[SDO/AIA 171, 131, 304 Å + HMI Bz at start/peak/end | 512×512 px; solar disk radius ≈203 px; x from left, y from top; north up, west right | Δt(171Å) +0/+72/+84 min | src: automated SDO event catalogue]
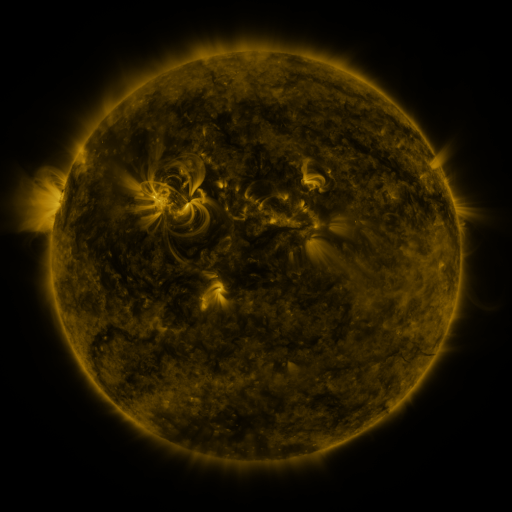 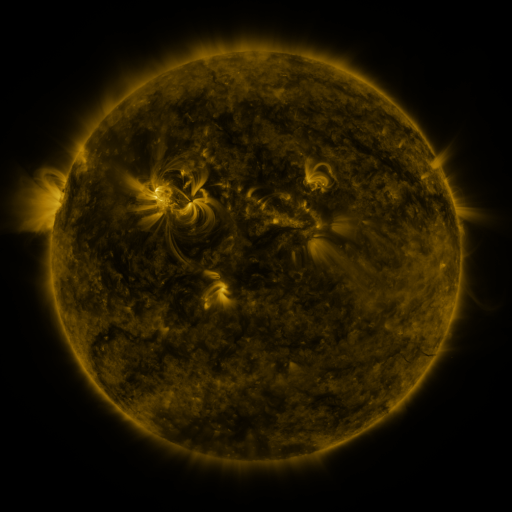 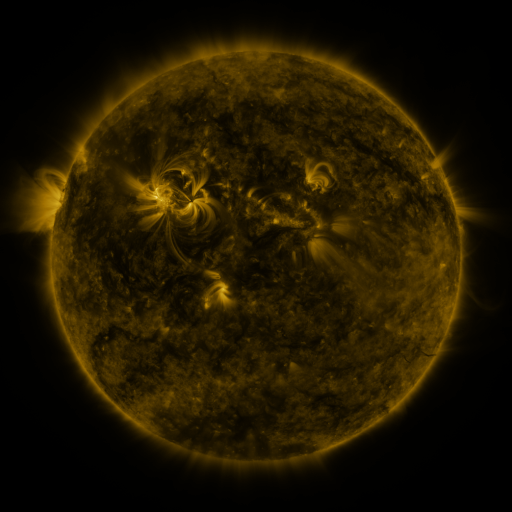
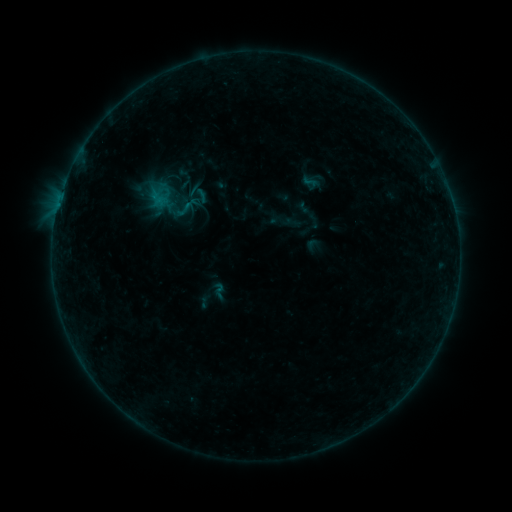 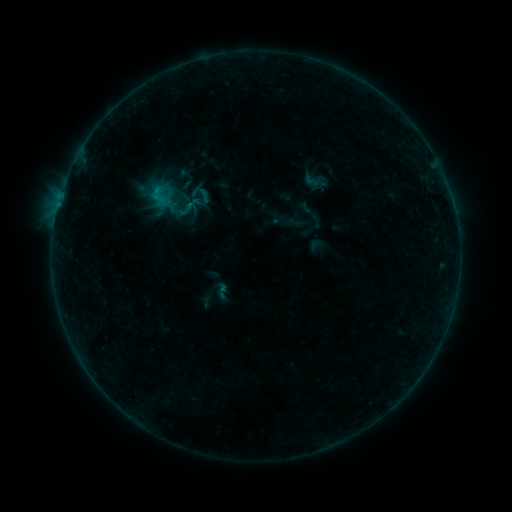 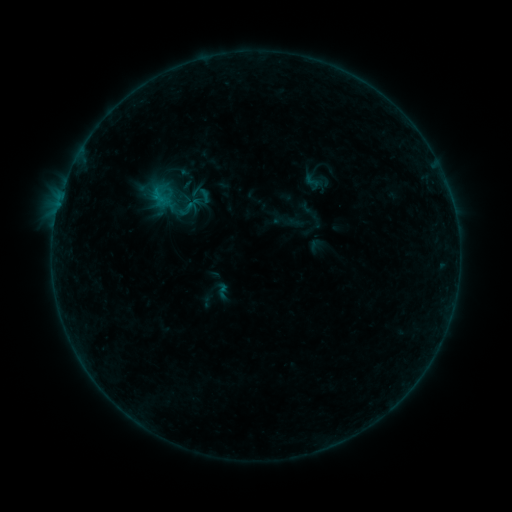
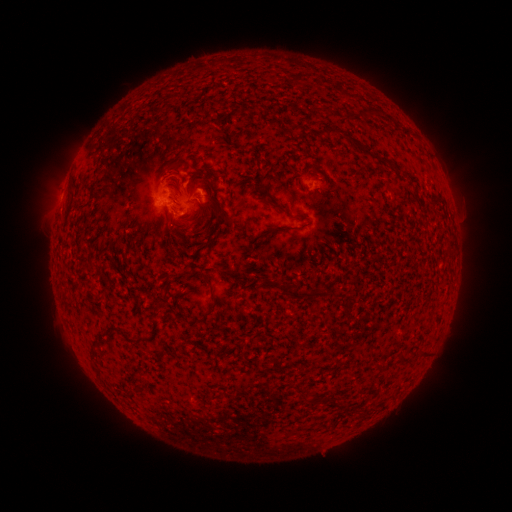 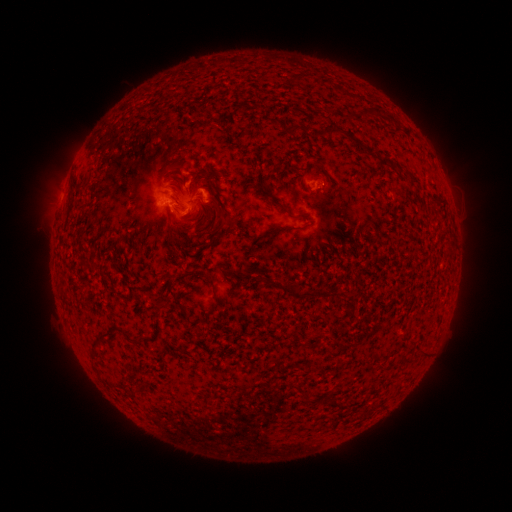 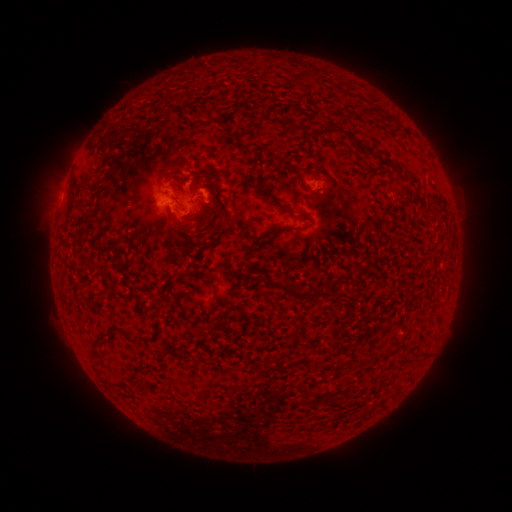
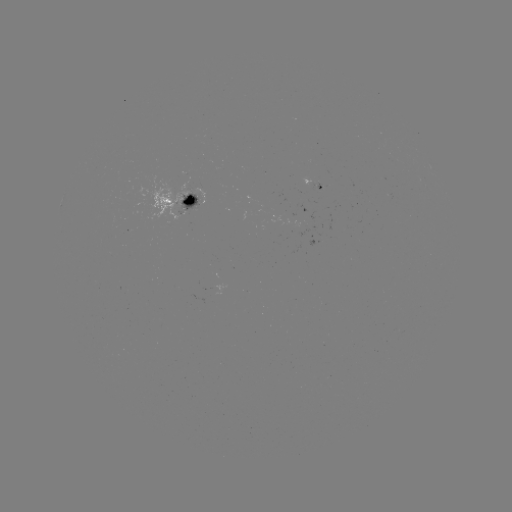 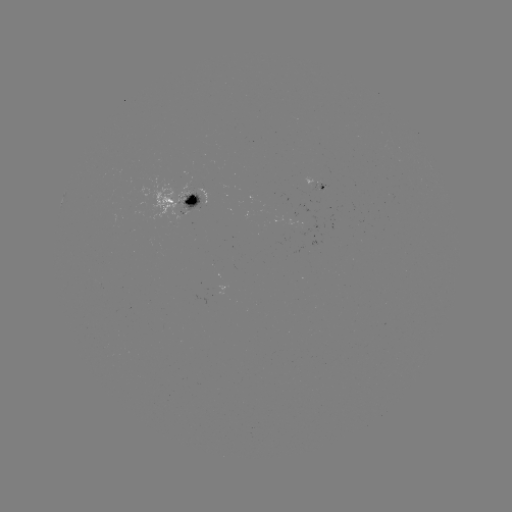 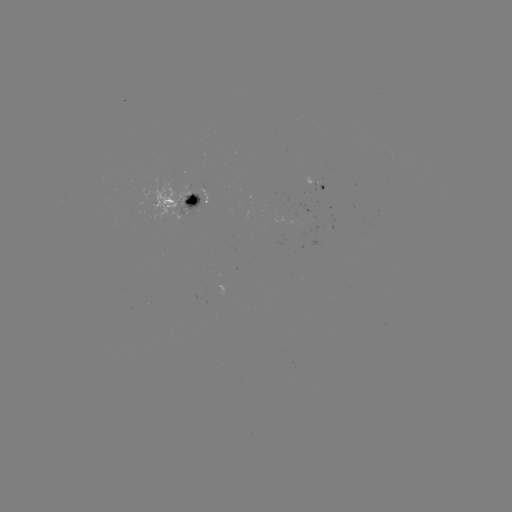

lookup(emerging-flux region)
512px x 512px [319, 184]